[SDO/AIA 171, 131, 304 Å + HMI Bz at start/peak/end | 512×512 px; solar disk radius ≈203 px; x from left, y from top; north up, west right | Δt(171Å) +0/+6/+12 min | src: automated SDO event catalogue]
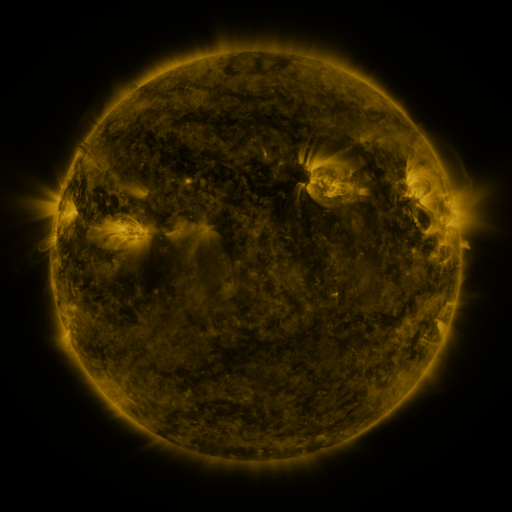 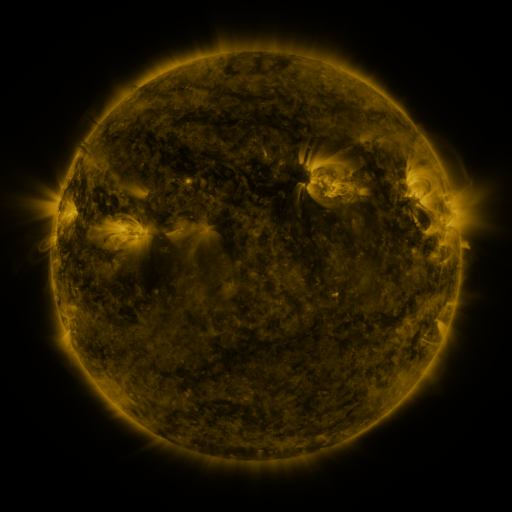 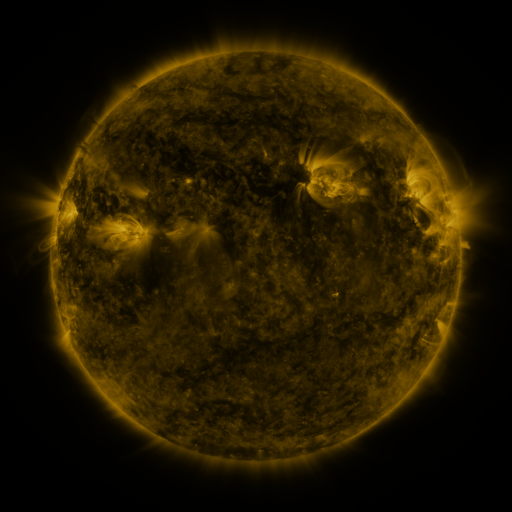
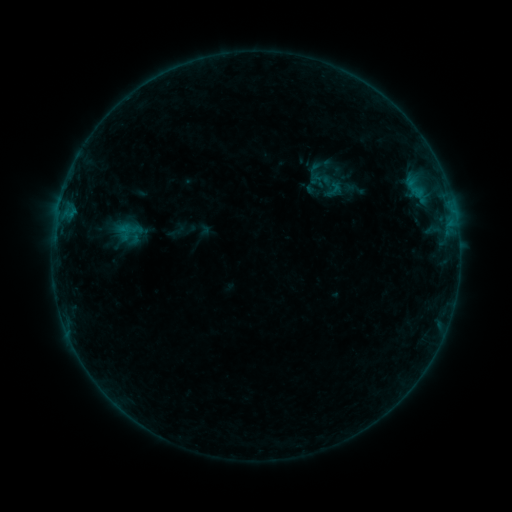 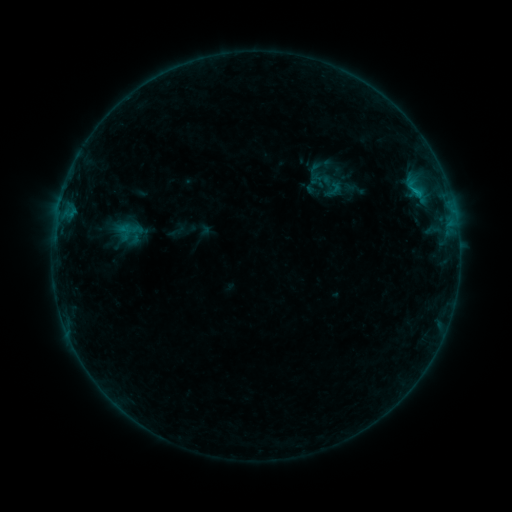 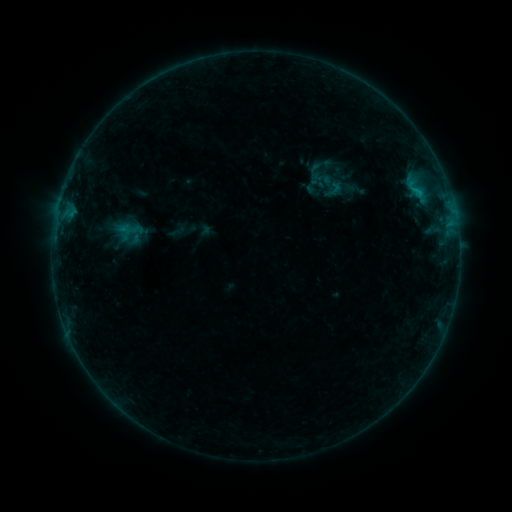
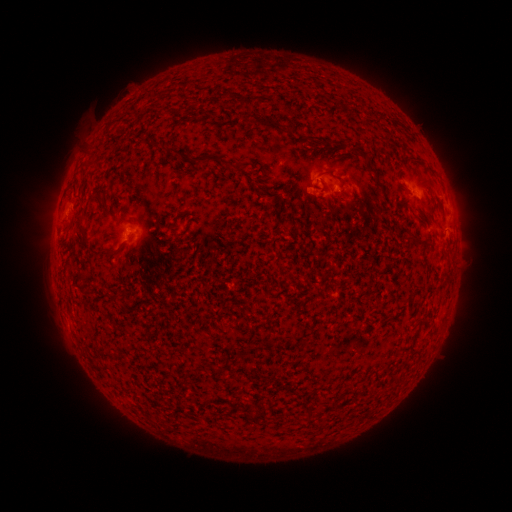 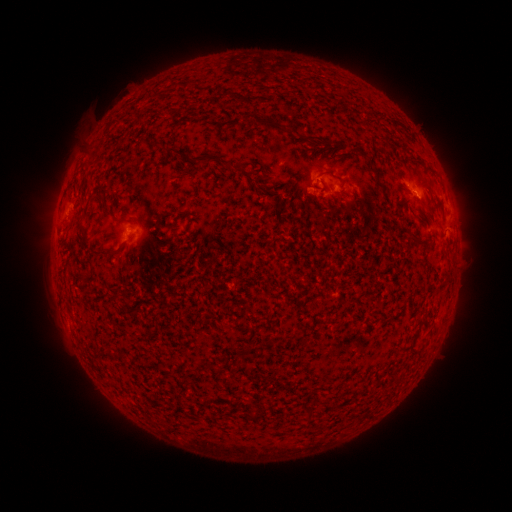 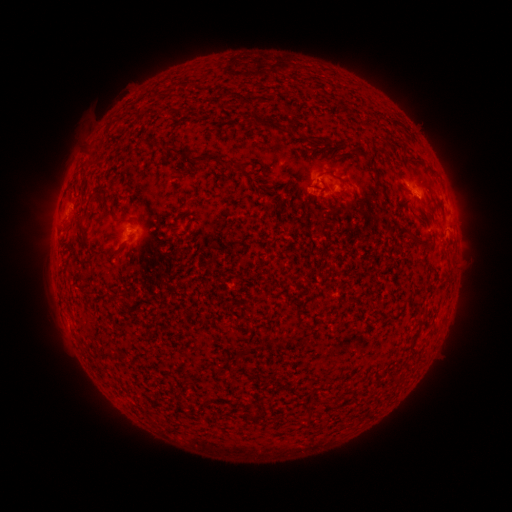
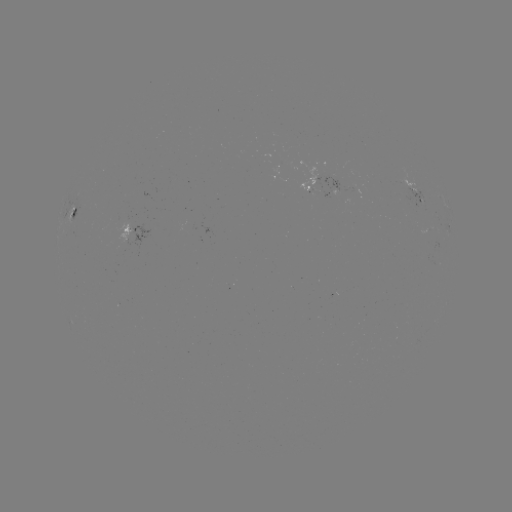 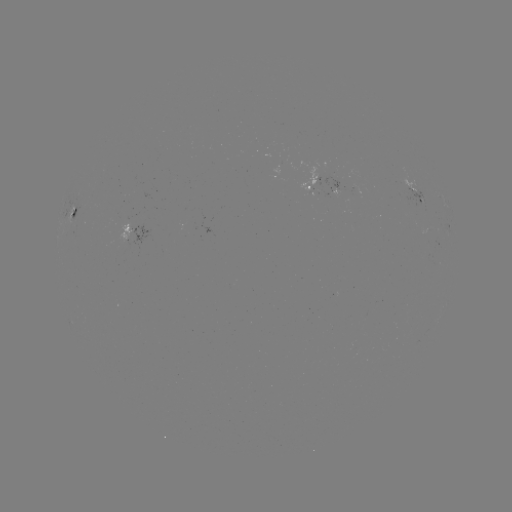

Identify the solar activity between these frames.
B4.1 flare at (416, 192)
